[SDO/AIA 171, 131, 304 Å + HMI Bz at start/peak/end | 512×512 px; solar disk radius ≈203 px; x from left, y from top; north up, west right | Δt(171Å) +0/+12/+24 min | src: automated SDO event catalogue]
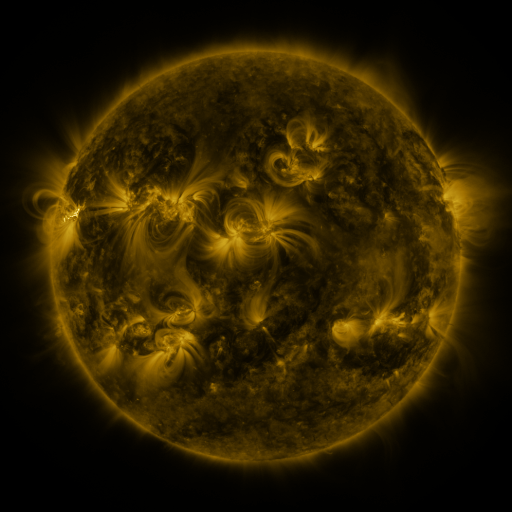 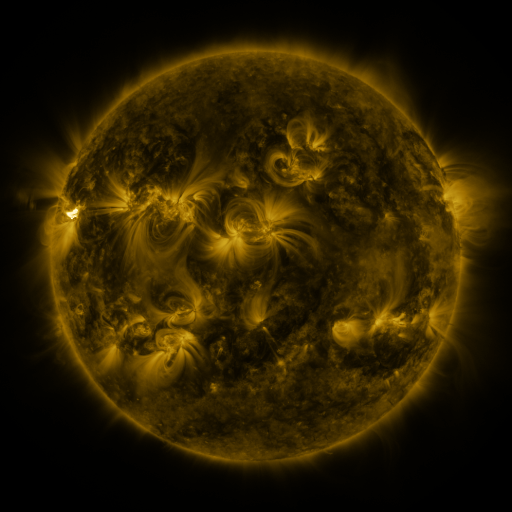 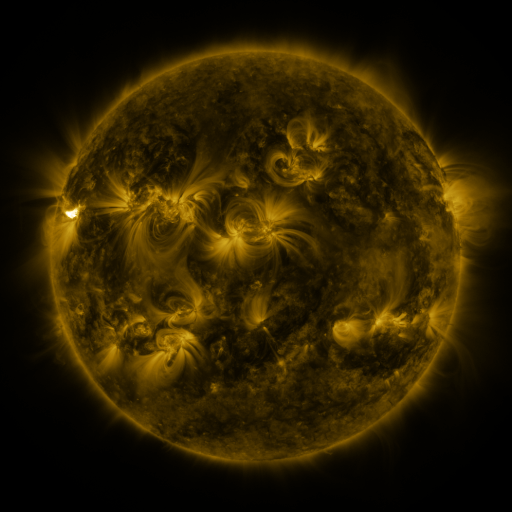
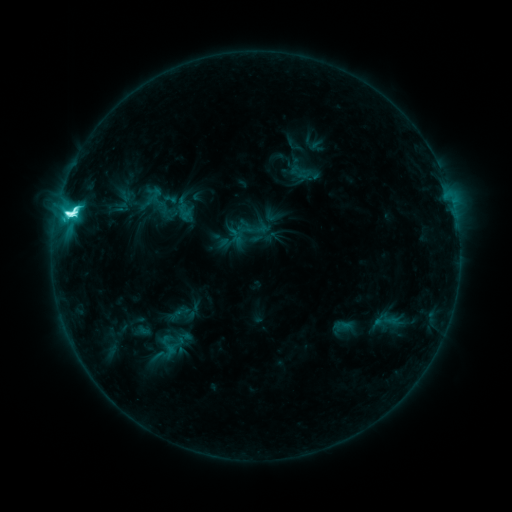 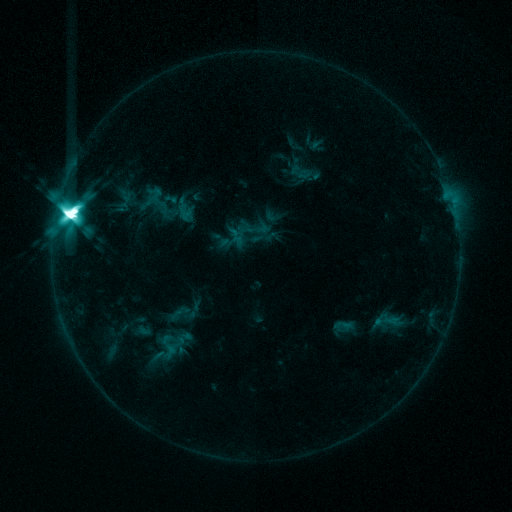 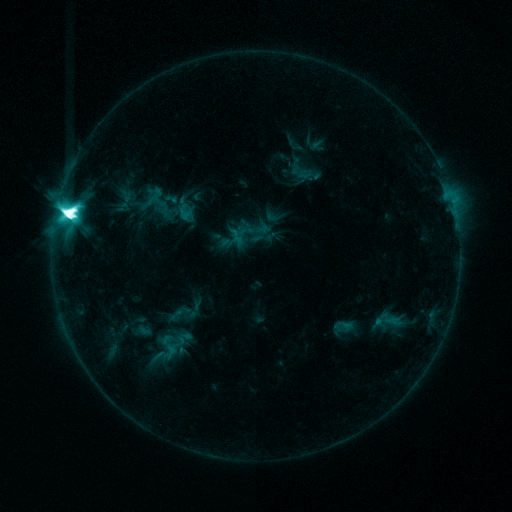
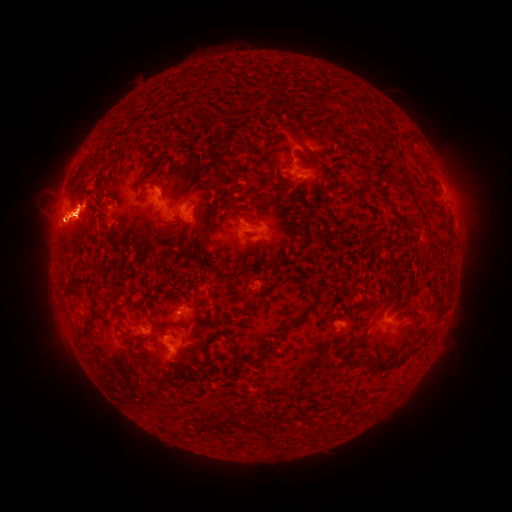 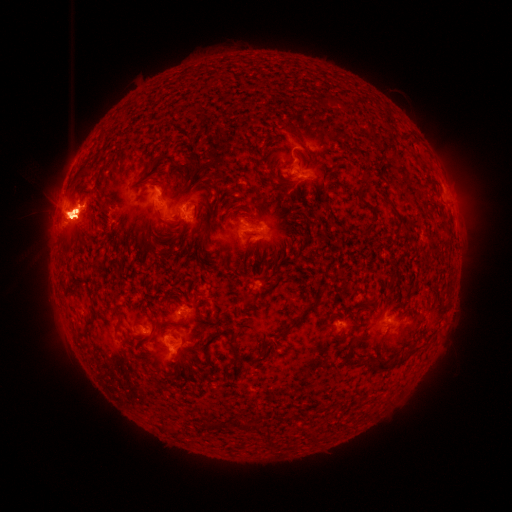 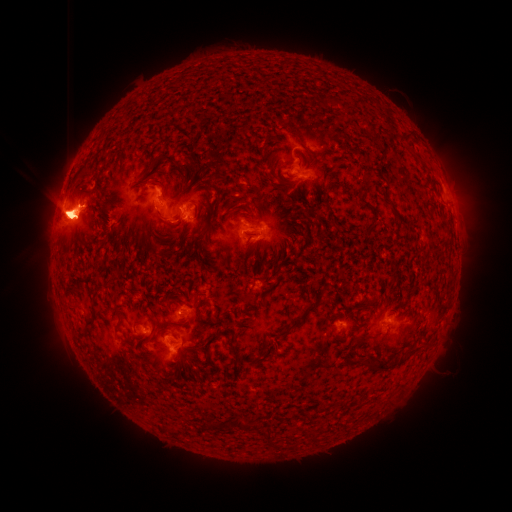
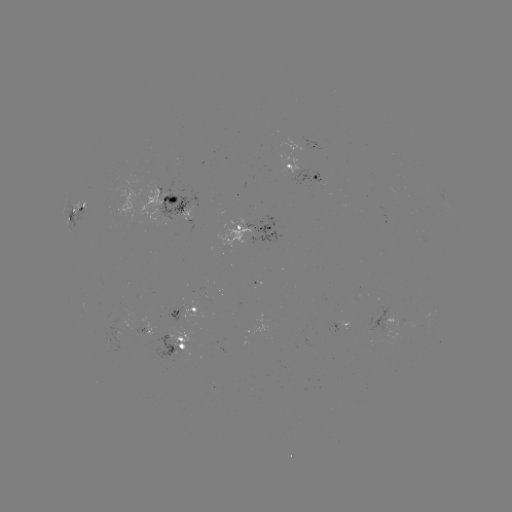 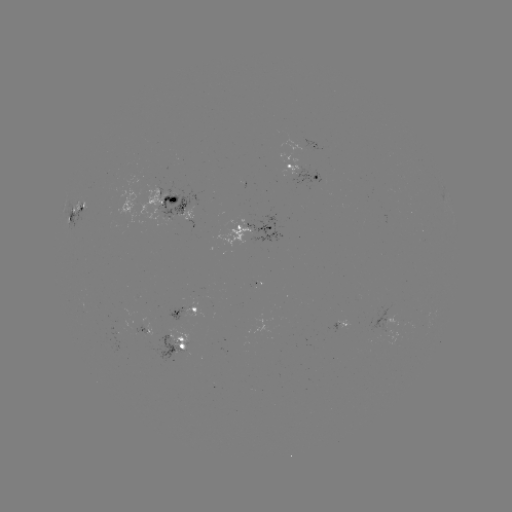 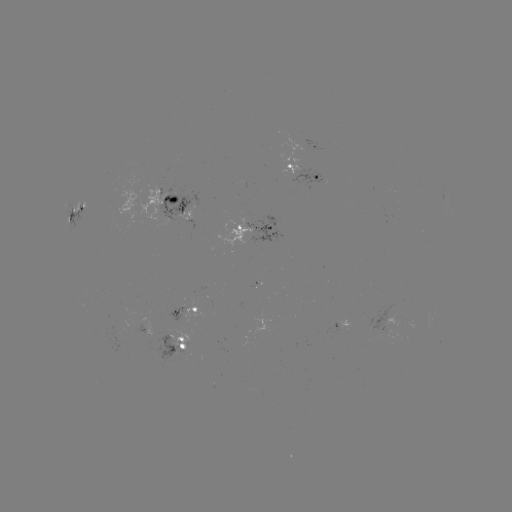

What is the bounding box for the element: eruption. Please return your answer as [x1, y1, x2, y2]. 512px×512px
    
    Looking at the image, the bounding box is [422, 131, 490, 246].